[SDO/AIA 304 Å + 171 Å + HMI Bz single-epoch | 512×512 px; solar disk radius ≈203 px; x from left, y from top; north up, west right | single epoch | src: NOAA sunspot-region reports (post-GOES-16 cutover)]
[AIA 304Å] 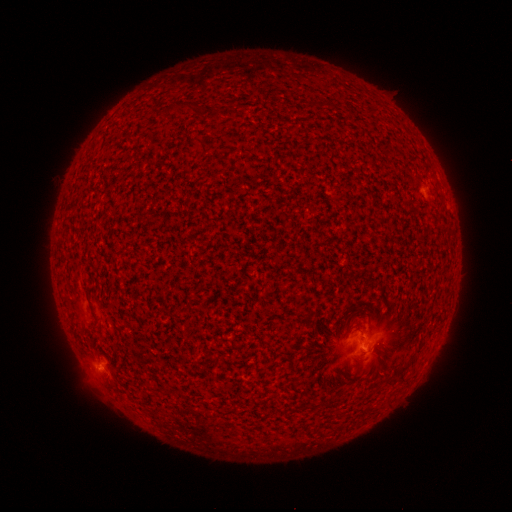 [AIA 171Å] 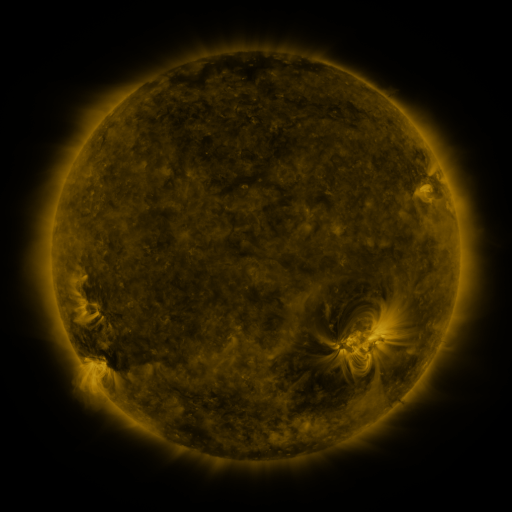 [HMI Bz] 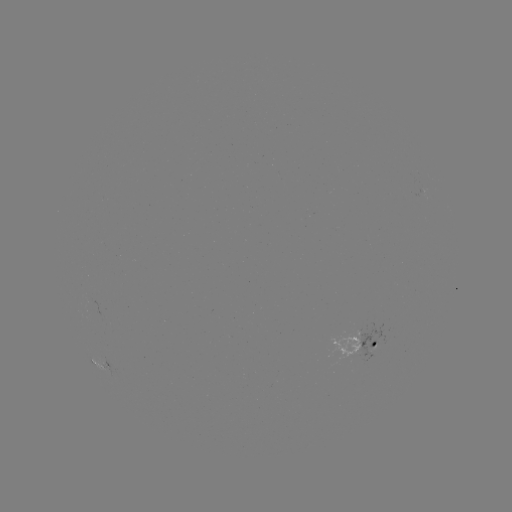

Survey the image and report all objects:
spotted active region: (363, 344)
spotted active region: (99, 364)
